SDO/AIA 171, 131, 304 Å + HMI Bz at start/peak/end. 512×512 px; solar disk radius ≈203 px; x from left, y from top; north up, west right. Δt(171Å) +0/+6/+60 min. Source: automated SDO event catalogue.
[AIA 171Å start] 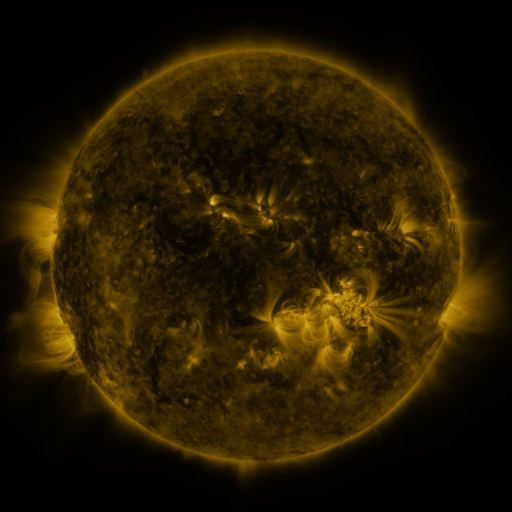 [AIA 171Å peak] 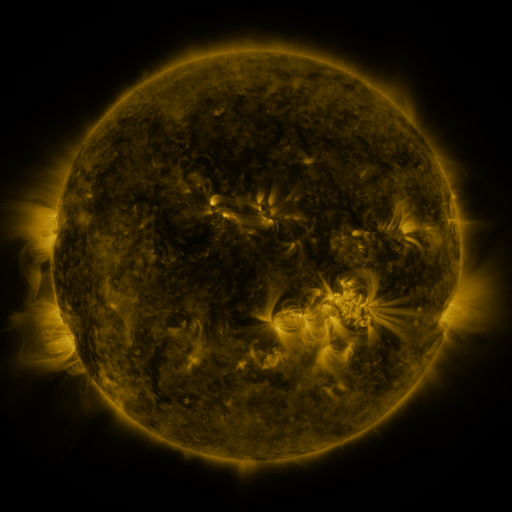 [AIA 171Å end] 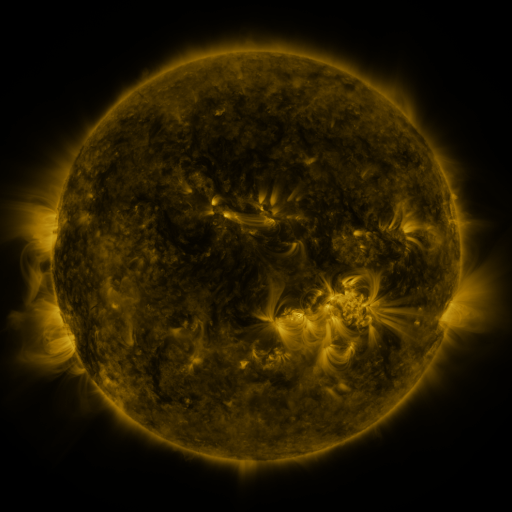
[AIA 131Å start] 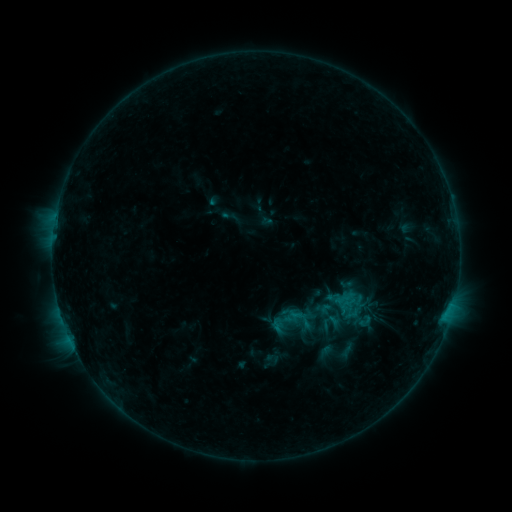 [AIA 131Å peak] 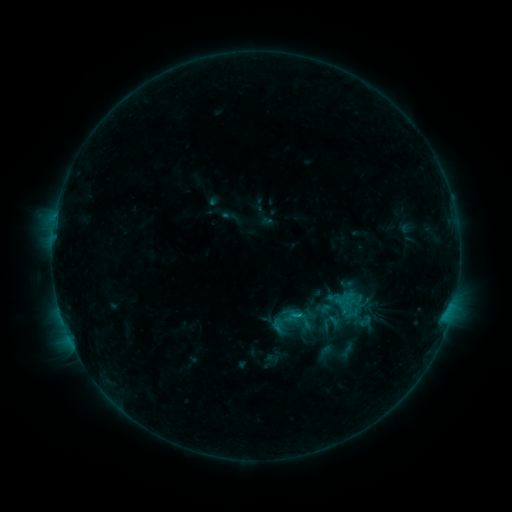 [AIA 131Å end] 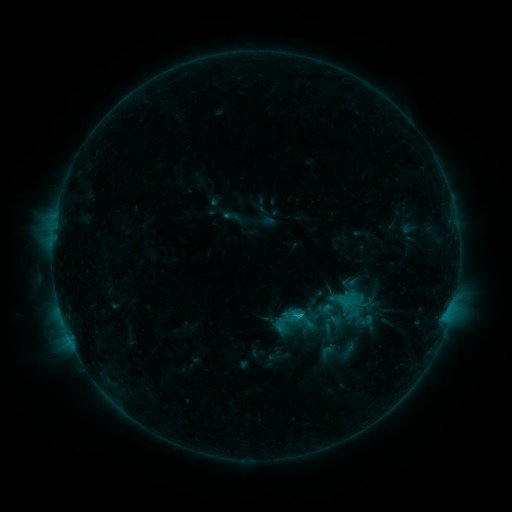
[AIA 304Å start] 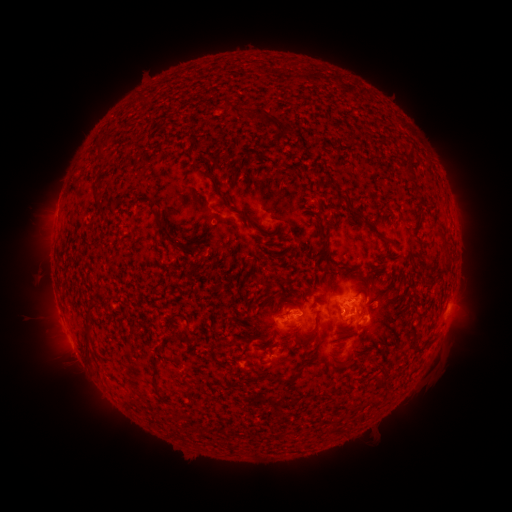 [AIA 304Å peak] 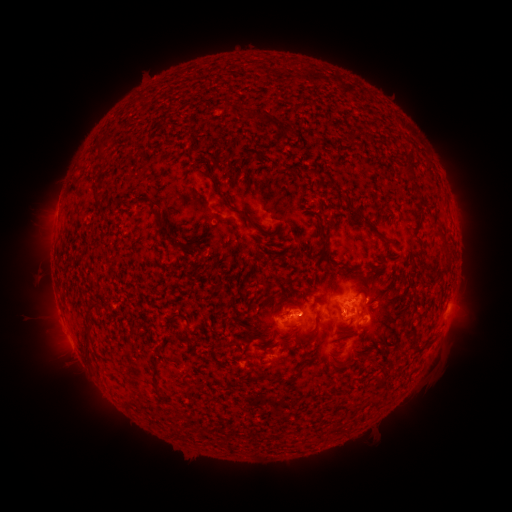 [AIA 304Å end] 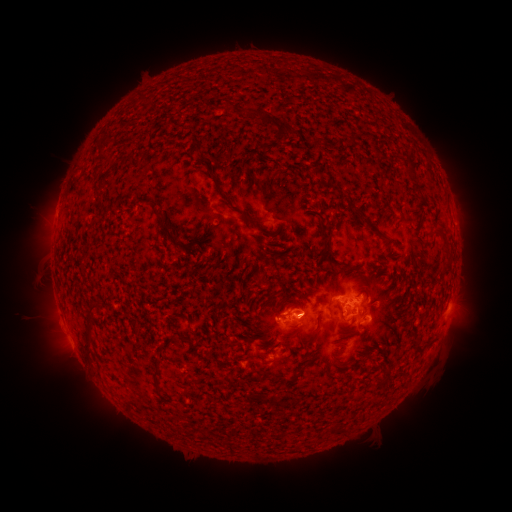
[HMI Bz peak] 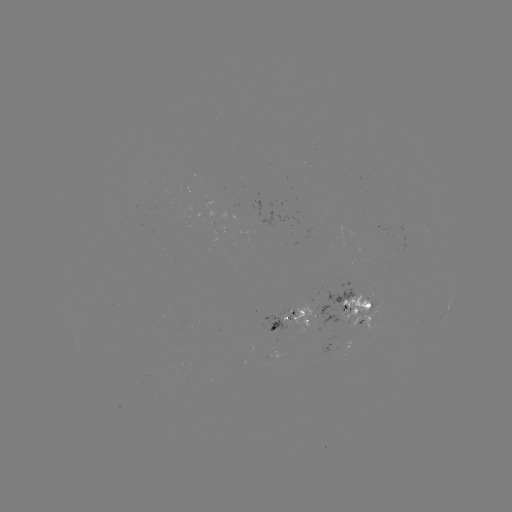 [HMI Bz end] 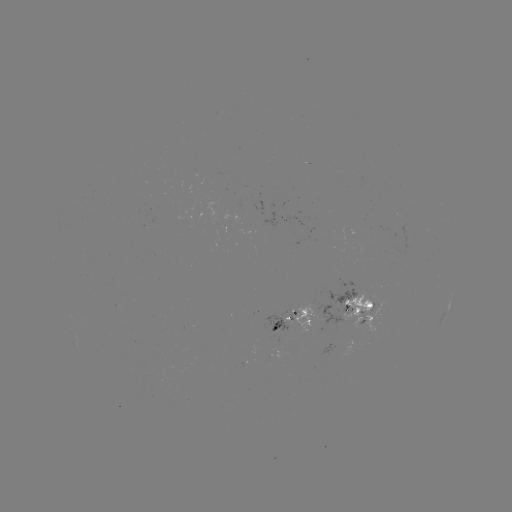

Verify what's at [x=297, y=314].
C1.3 flare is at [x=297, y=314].